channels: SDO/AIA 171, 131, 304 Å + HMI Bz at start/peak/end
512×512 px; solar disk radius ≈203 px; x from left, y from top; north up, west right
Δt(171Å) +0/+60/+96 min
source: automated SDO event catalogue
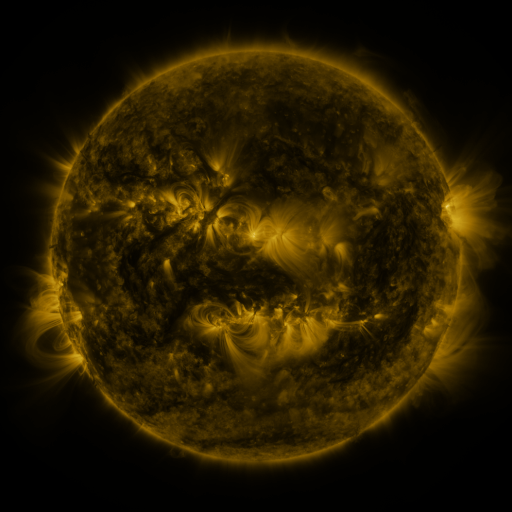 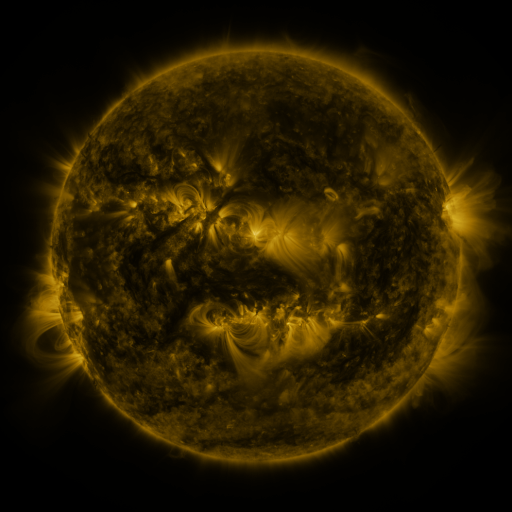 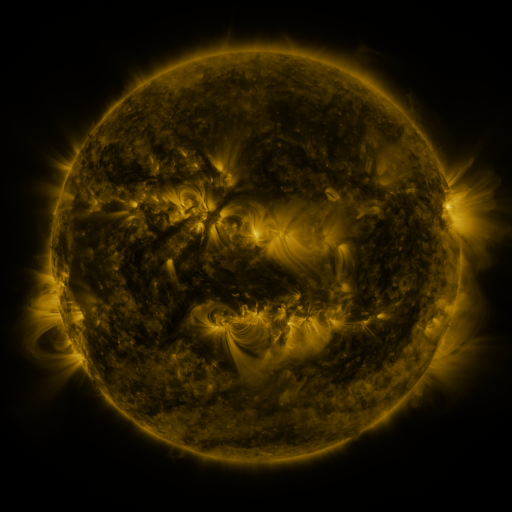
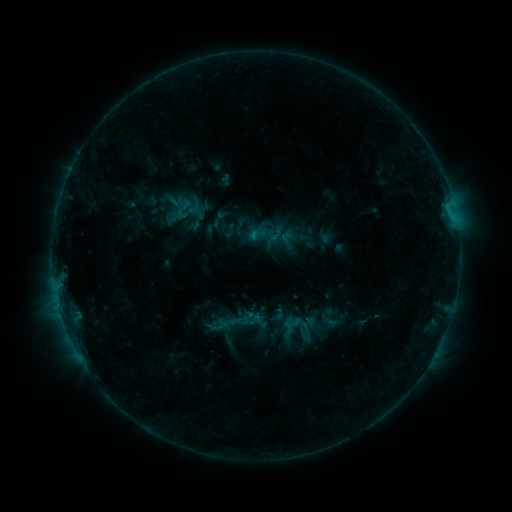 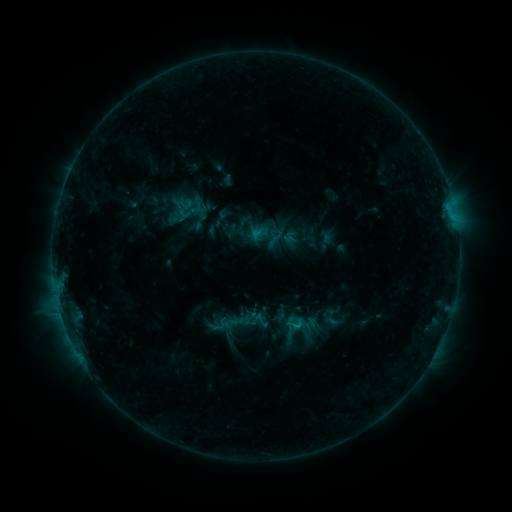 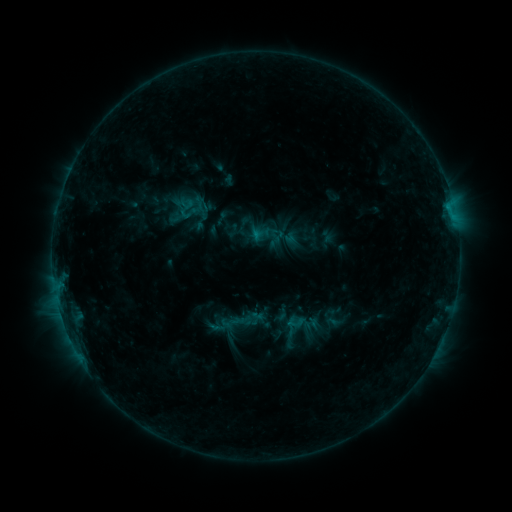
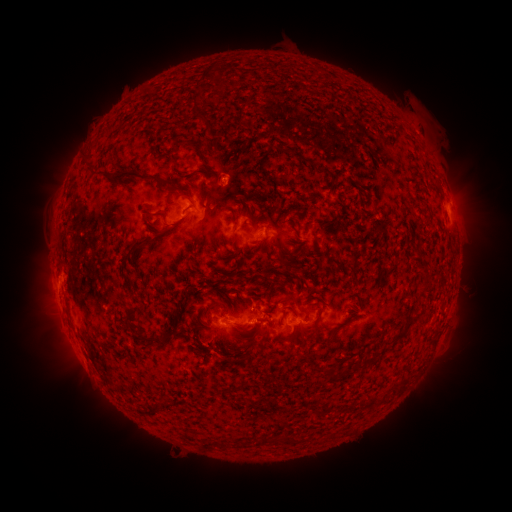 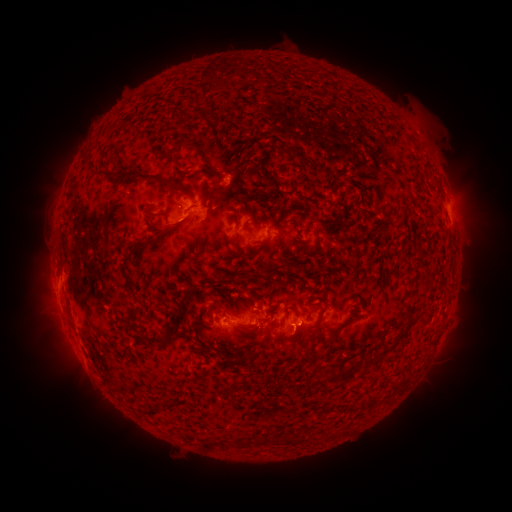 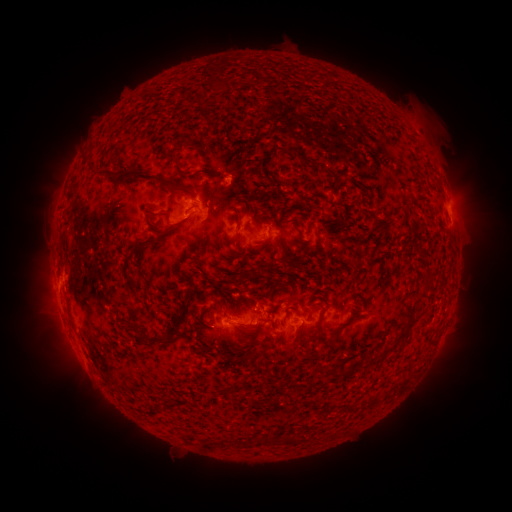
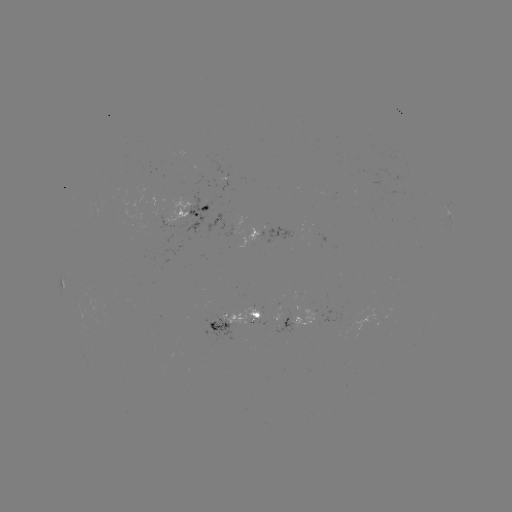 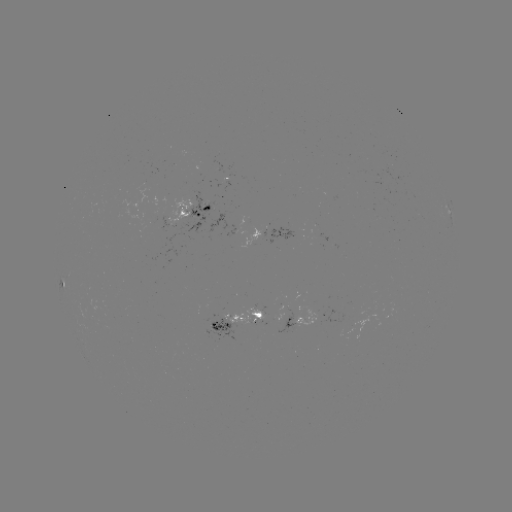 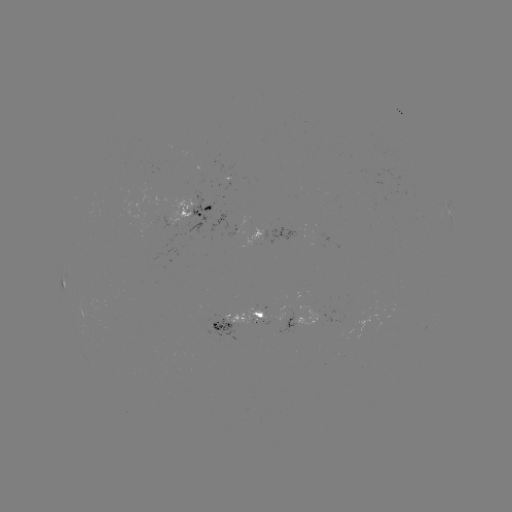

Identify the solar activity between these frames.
emerging-flux region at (224, 184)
